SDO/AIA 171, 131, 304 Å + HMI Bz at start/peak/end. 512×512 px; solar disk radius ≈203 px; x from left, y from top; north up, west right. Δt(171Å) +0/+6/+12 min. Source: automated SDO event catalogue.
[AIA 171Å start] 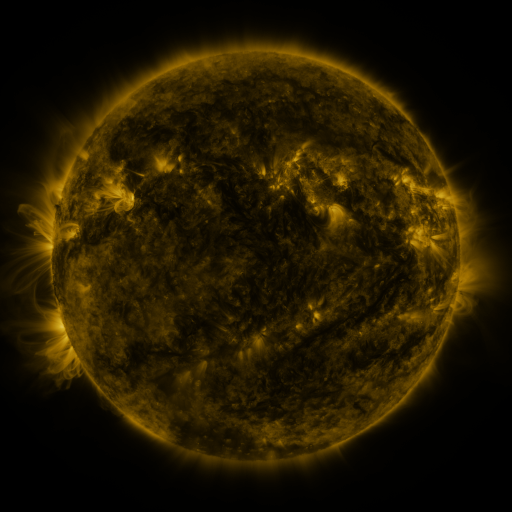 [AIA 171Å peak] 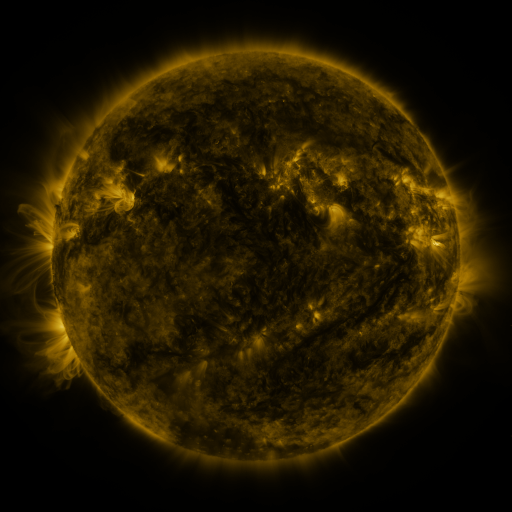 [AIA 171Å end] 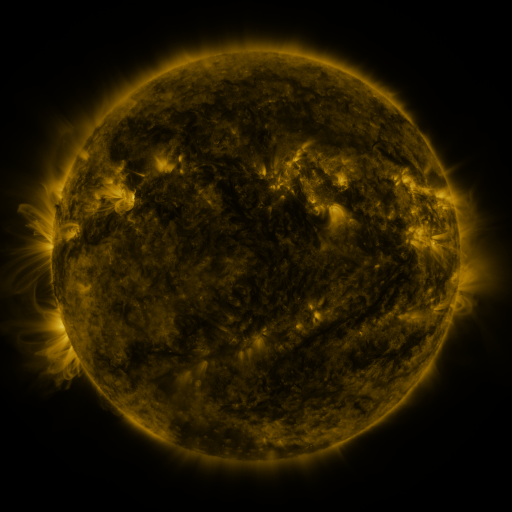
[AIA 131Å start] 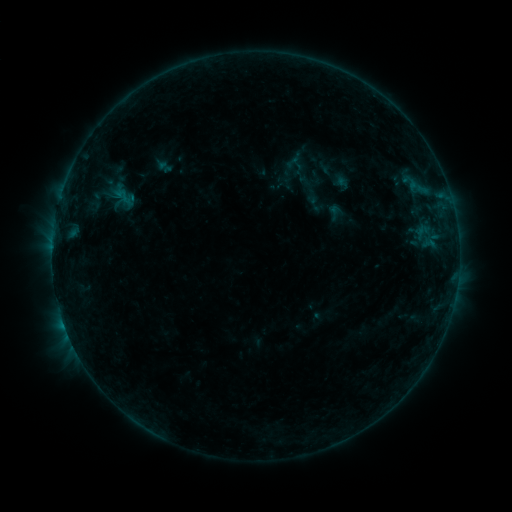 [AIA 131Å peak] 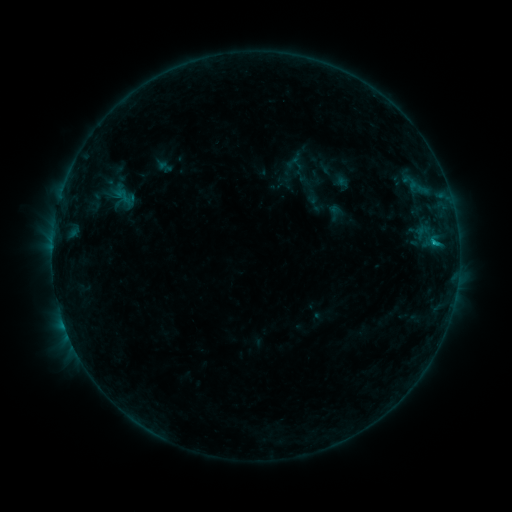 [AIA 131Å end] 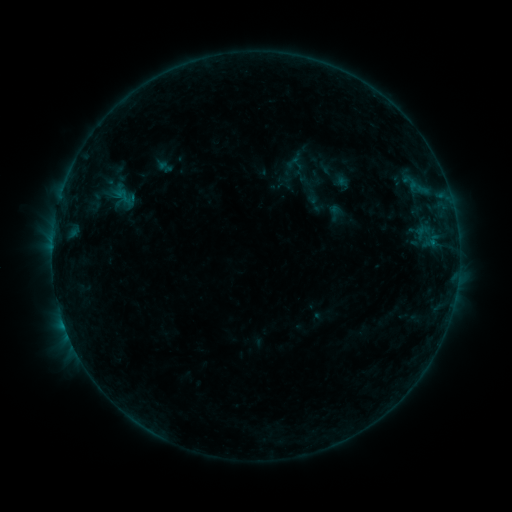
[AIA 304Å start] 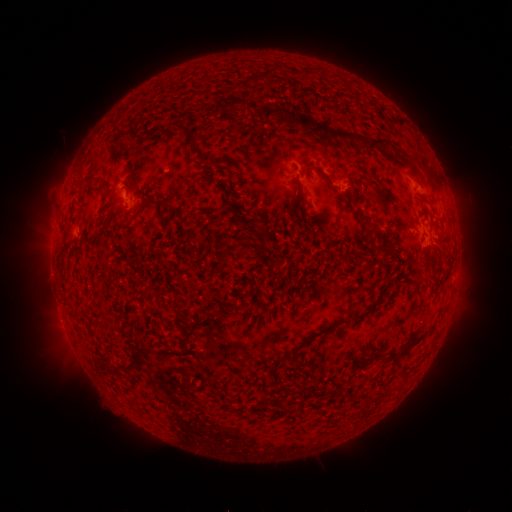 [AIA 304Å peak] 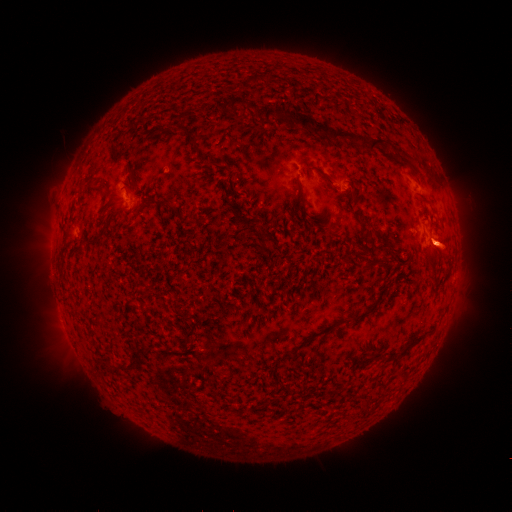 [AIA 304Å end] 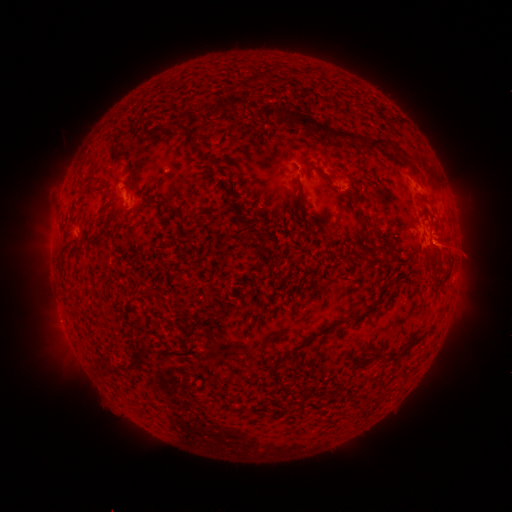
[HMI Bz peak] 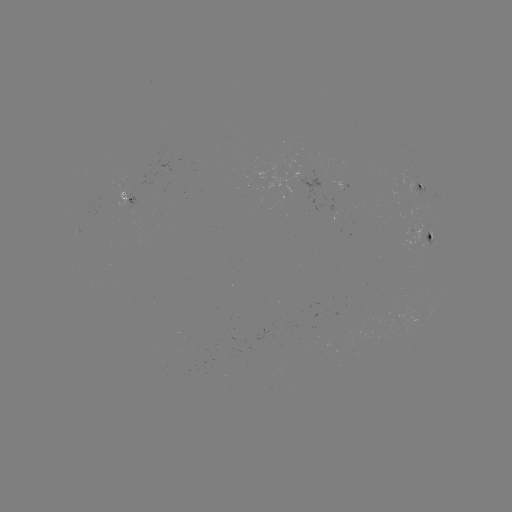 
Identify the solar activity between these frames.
B3.5 flare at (434, 244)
